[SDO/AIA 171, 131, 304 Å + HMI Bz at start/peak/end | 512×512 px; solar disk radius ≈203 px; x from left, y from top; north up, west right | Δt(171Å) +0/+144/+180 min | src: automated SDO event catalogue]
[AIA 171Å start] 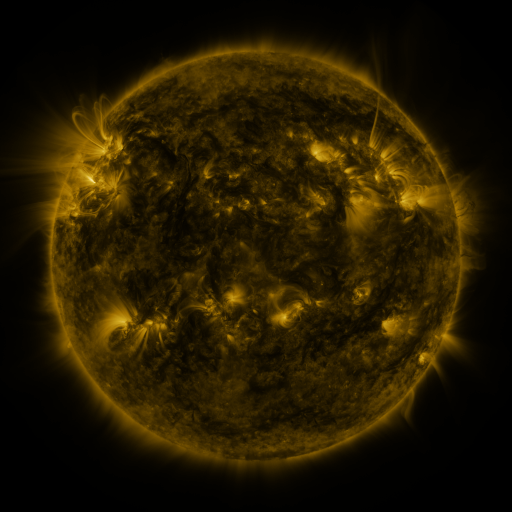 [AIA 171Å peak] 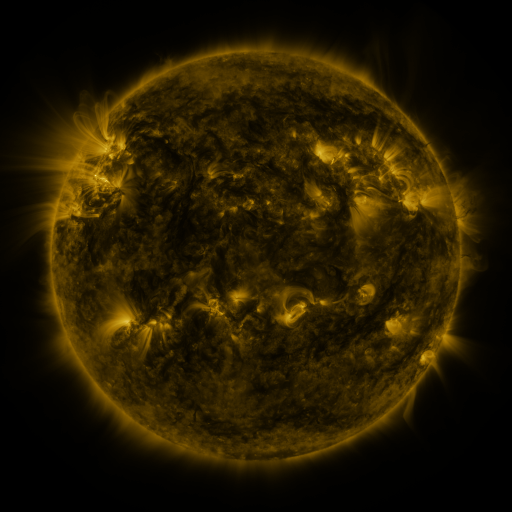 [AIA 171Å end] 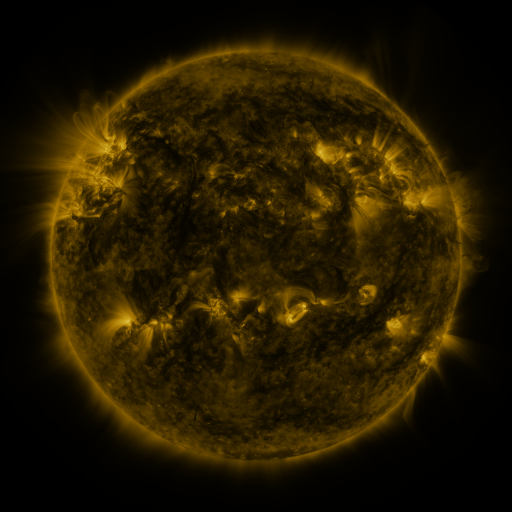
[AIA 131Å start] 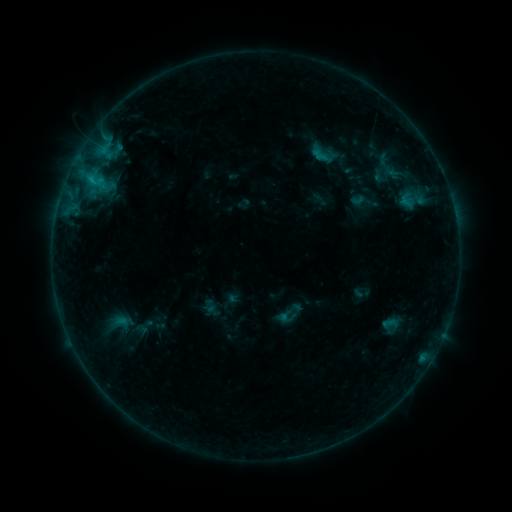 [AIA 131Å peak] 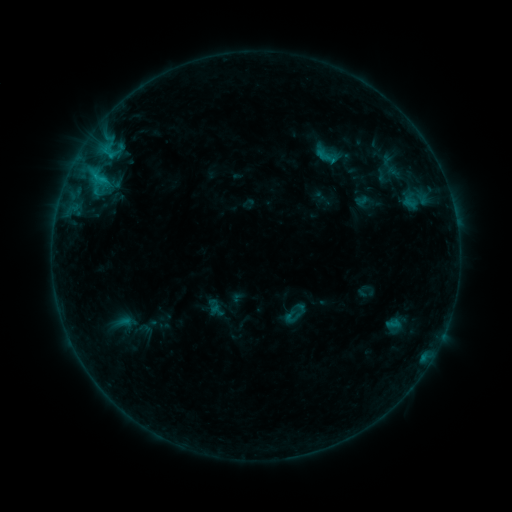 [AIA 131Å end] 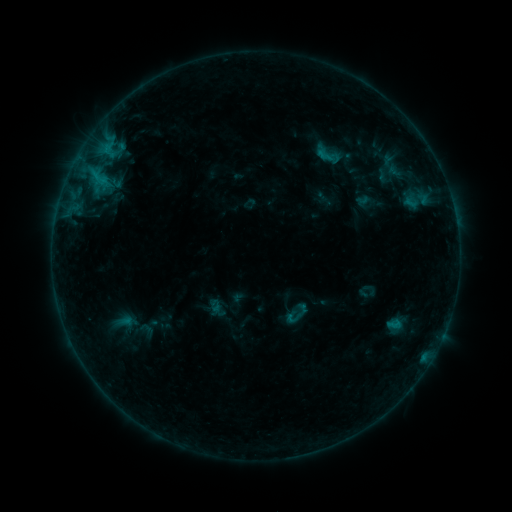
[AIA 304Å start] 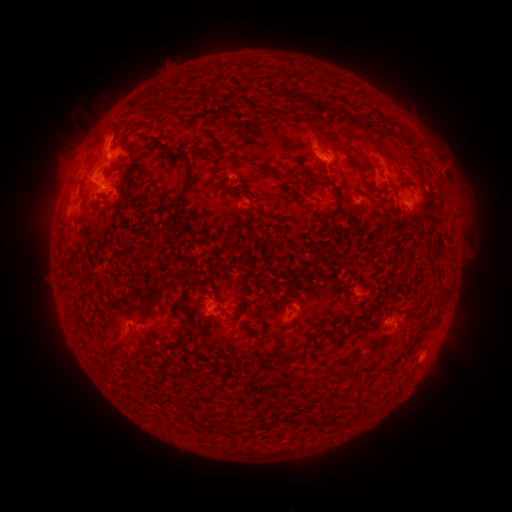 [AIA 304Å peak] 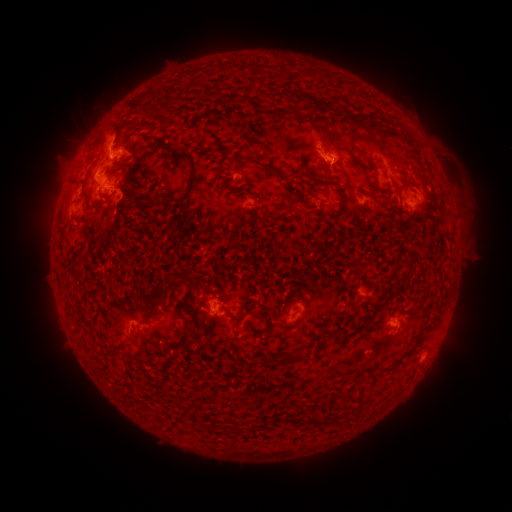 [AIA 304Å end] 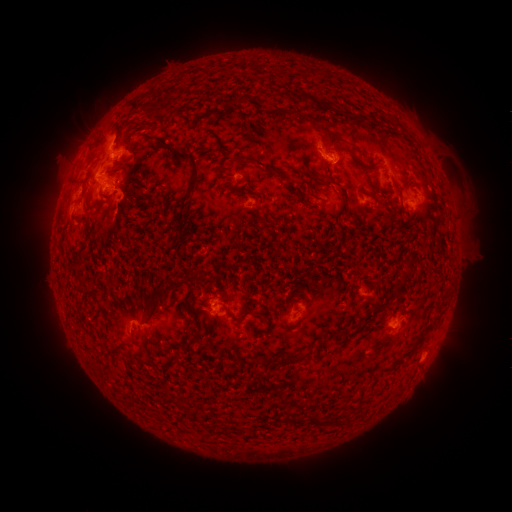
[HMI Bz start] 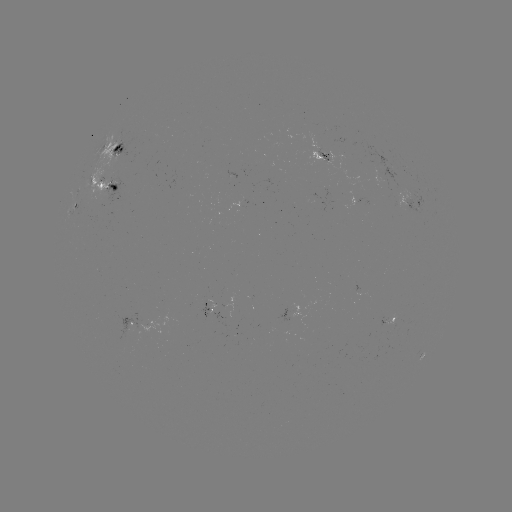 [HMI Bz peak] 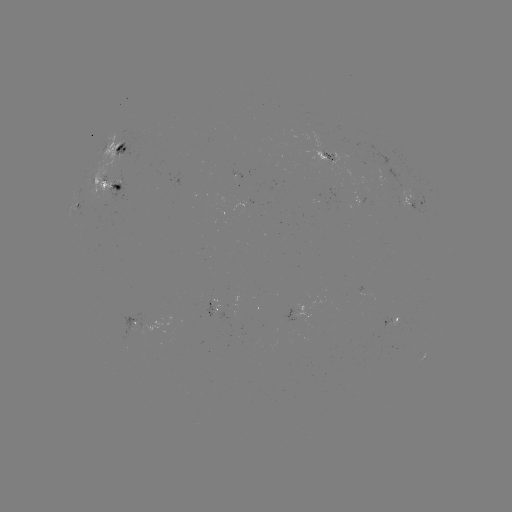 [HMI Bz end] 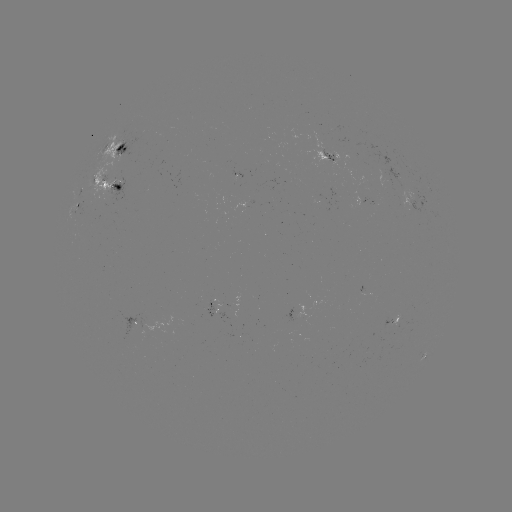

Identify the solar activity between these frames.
emerging-flux region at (205, 303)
